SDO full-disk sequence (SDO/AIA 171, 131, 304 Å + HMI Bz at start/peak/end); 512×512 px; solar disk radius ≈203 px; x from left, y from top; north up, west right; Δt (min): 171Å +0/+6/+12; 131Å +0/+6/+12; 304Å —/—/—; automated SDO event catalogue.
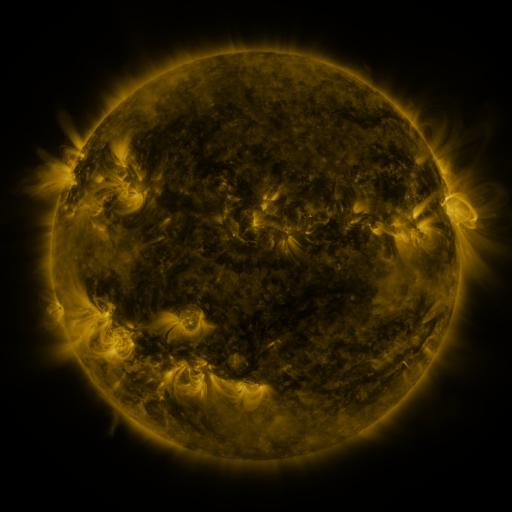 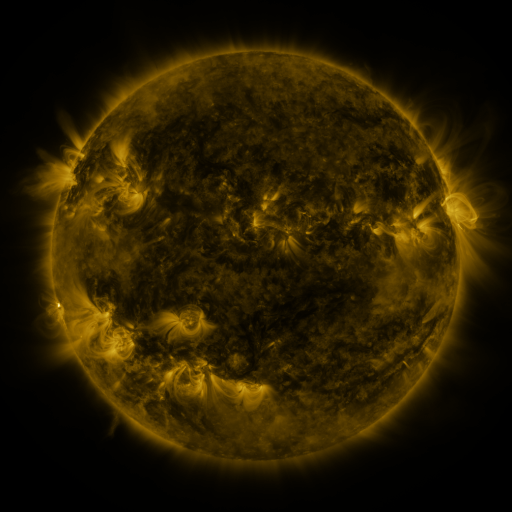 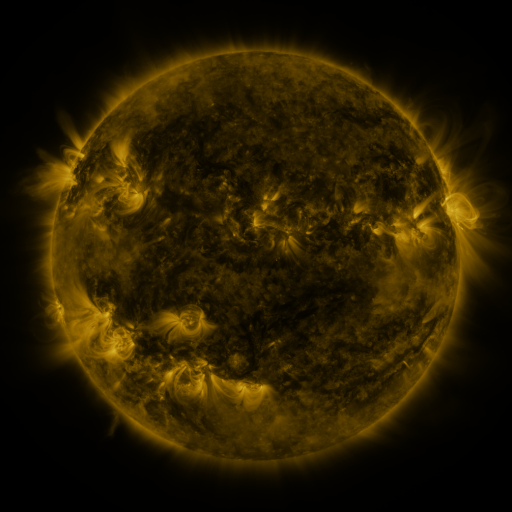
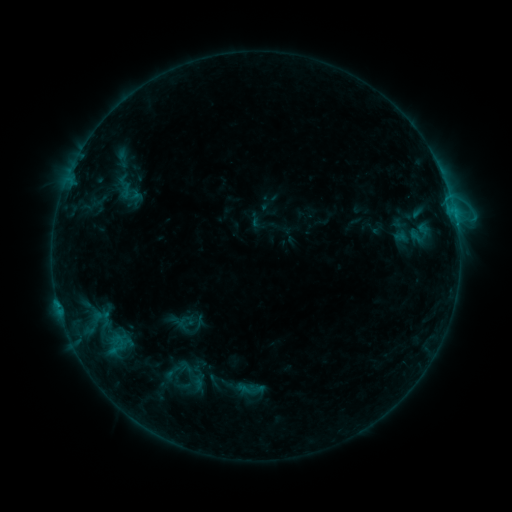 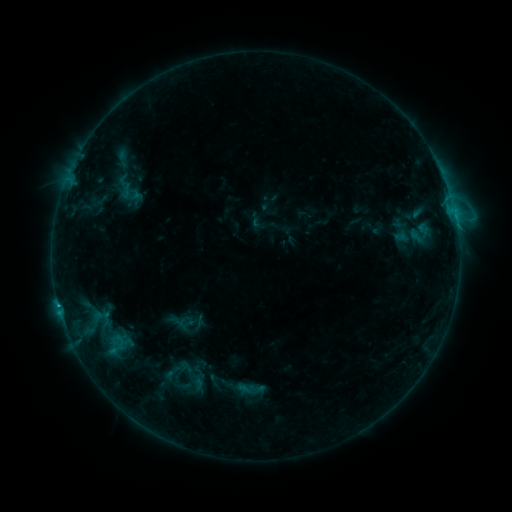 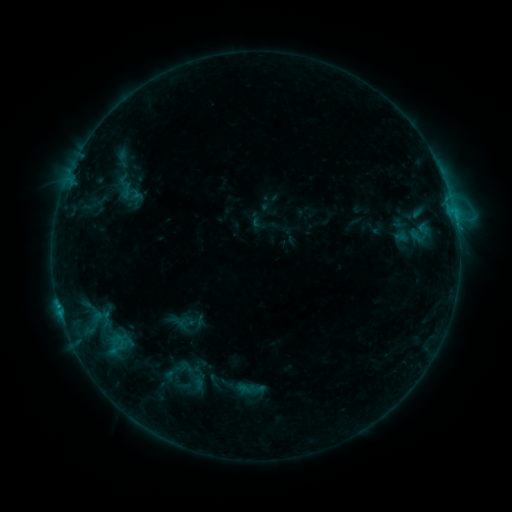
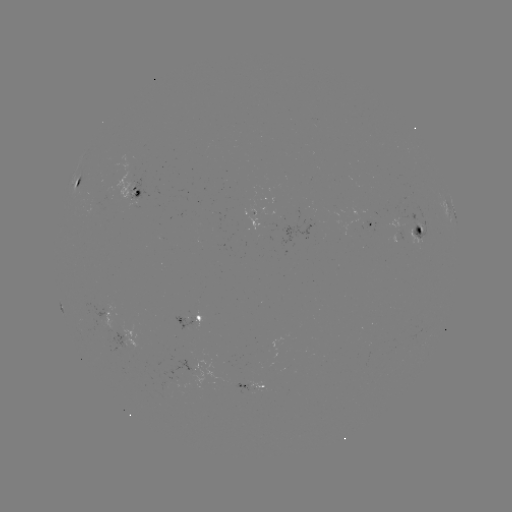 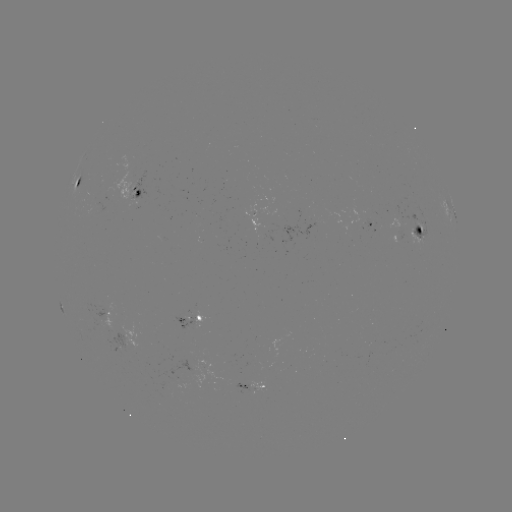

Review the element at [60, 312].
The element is C1.1 flare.